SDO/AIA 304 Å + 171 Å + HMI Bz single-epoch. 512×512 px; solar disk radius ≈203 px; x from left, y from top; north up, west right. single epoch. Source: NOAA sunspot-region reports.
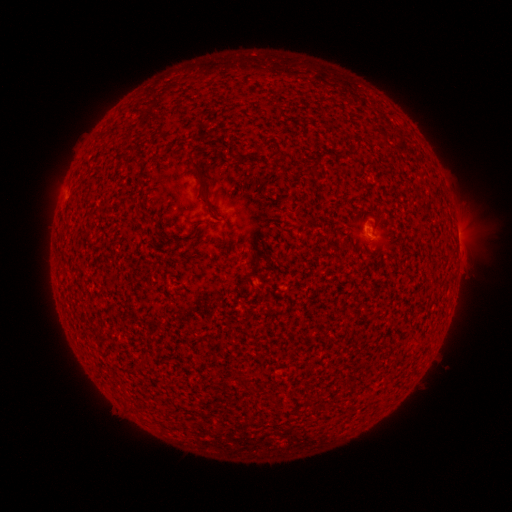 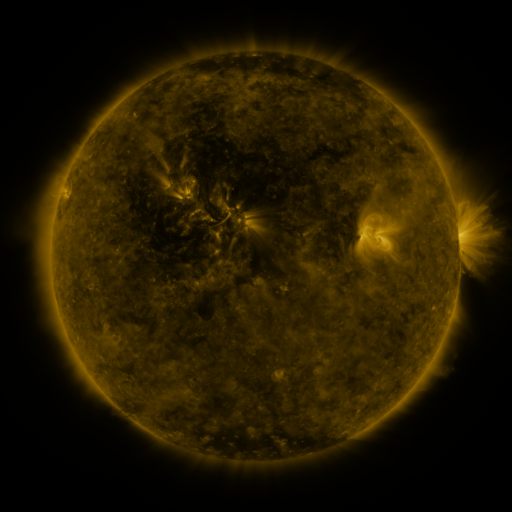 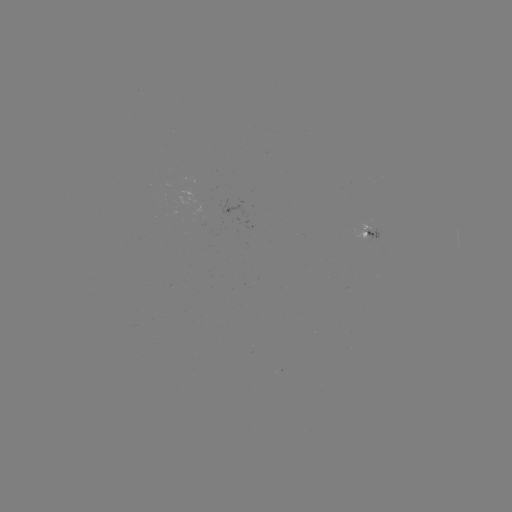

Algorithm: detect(spotted active region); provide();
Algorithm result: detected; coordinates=[369, 237]